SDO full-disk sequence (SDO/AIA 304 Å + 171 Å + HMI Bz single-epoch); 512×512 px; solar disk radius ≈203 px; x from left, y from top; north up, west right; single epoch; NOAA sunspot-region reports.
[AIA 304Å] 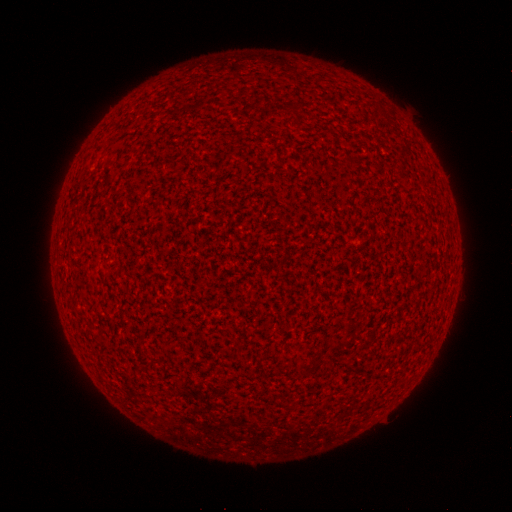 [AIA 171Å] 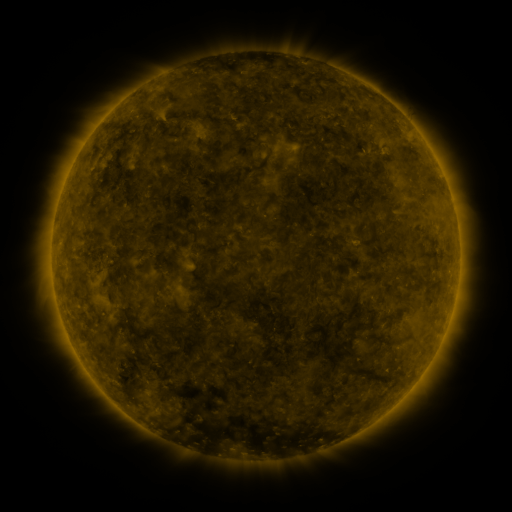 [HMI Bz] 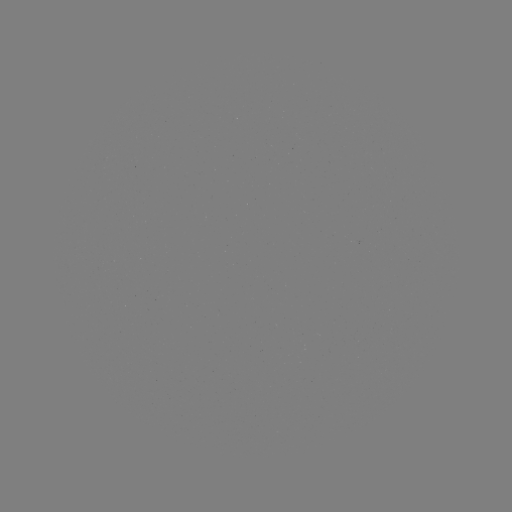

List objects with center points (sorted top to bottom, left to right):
(none)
